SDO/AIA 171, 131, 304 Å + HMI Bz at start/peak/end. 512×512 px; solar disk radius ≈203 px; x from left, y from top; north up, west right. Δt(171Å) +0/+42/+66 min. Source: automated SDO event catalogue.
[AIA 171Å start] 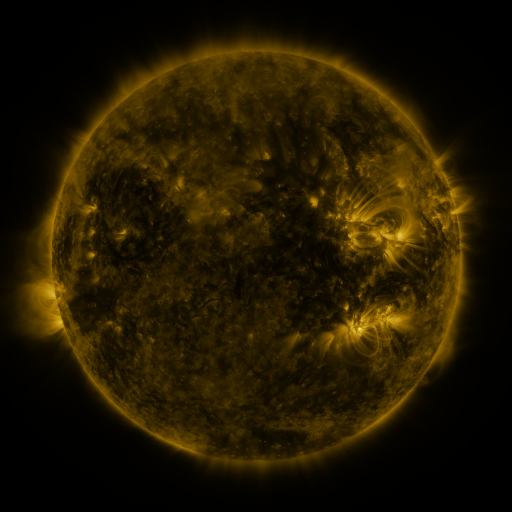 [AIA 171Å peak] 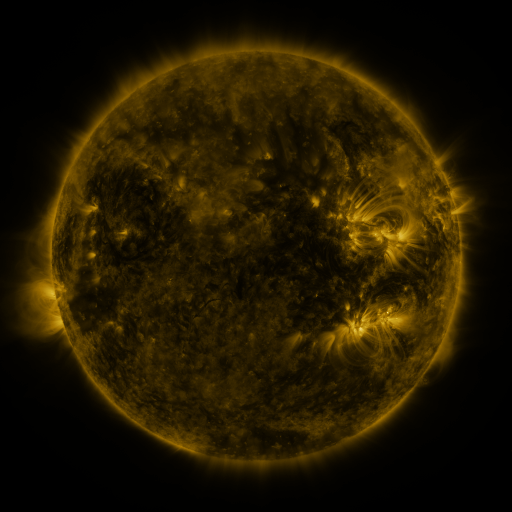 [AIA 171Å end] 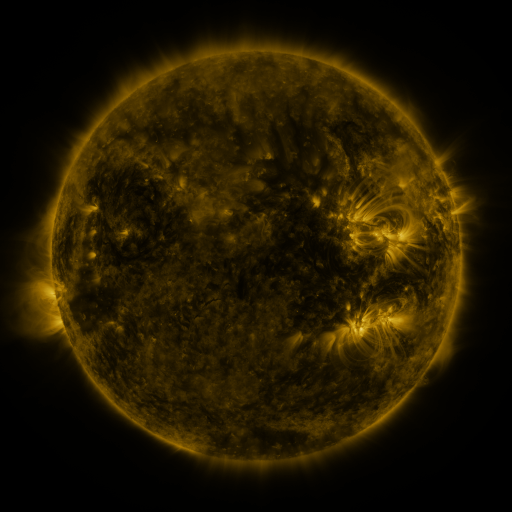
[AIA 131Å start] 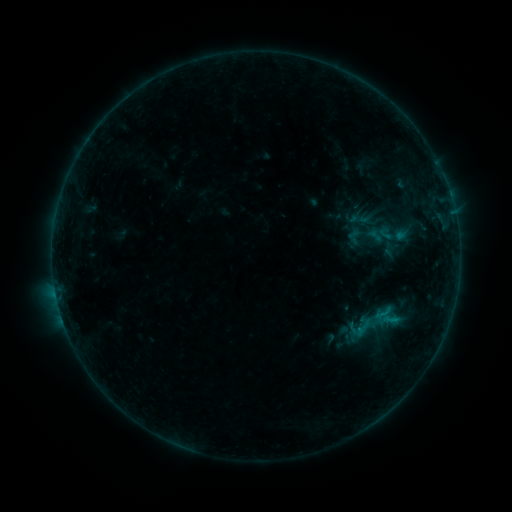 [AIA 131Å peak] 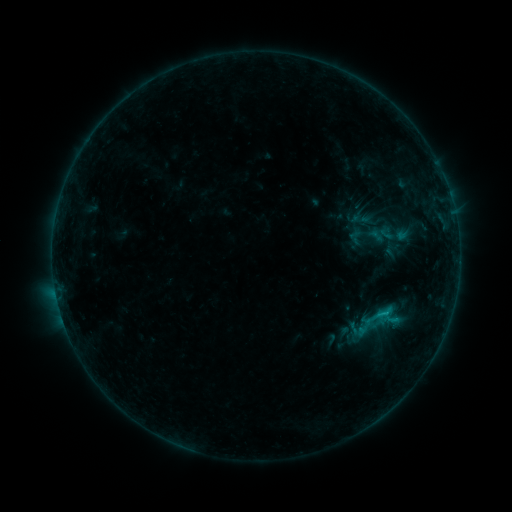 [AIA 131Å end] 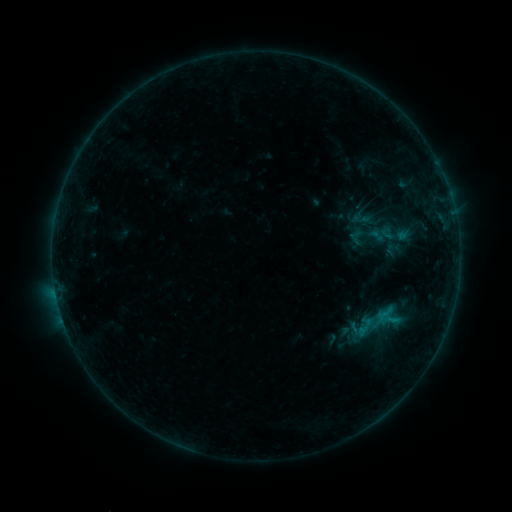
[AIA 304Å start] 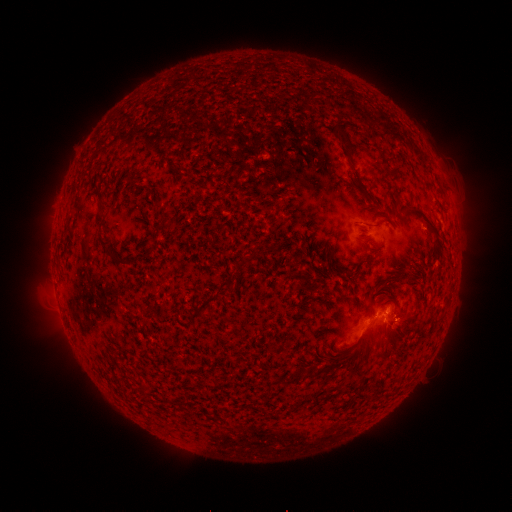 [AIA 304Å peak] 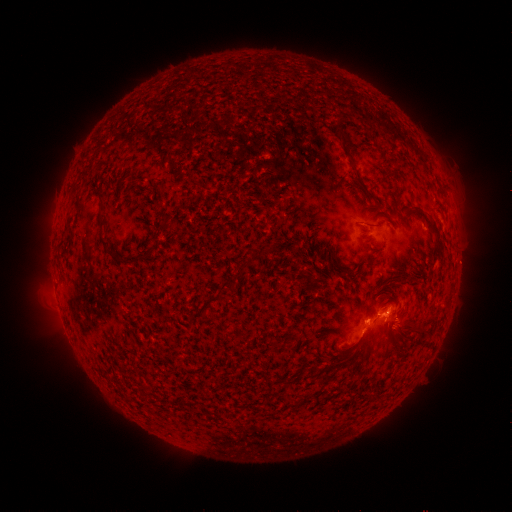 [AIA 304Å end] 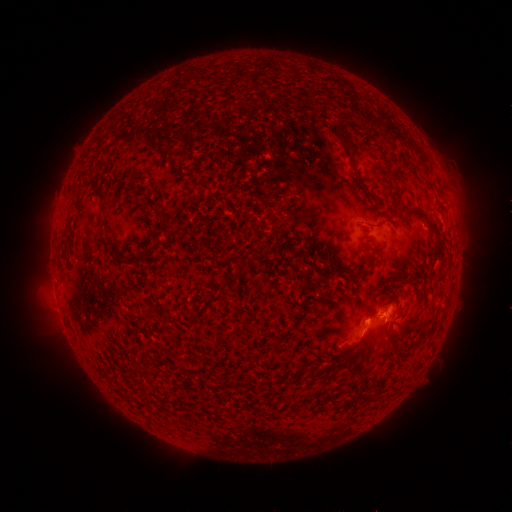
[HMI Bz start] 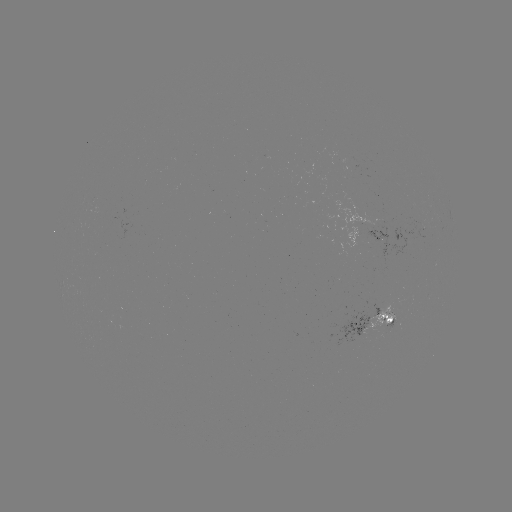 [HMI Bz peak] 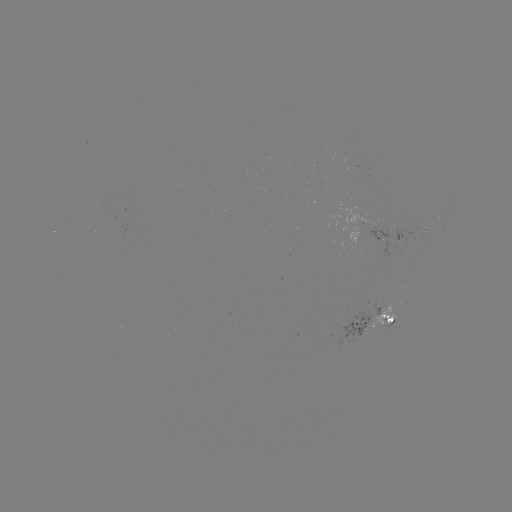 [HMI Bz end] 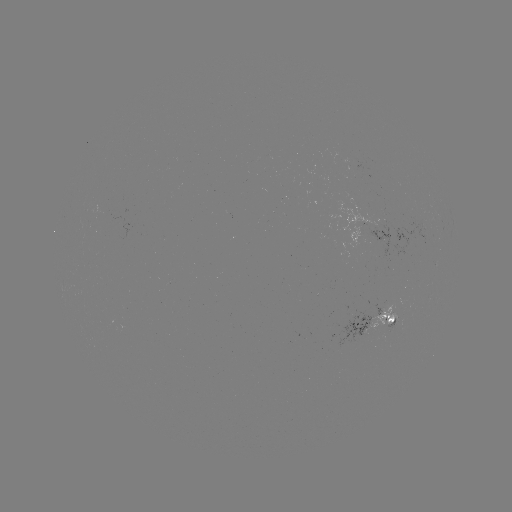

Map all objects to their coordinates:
B9.1 flare: (383, 311)
